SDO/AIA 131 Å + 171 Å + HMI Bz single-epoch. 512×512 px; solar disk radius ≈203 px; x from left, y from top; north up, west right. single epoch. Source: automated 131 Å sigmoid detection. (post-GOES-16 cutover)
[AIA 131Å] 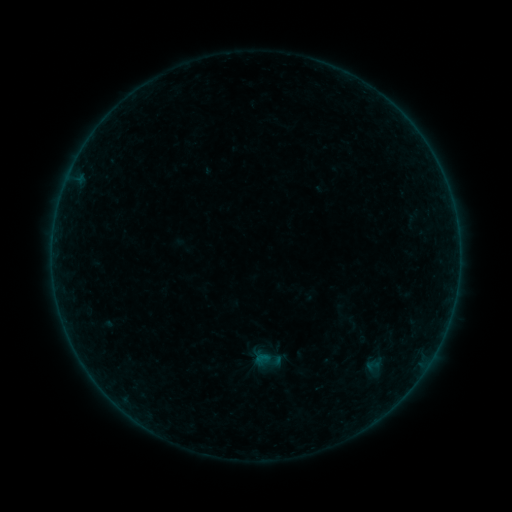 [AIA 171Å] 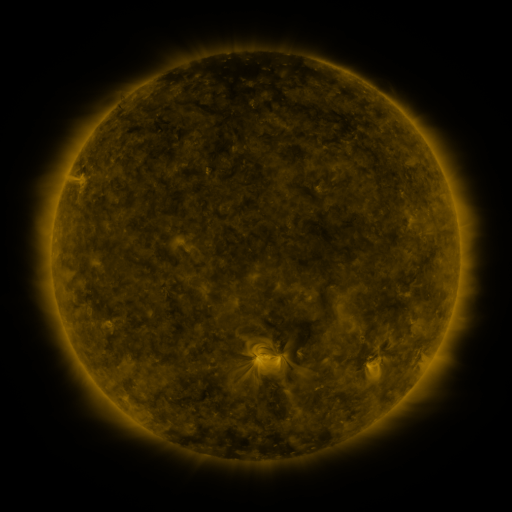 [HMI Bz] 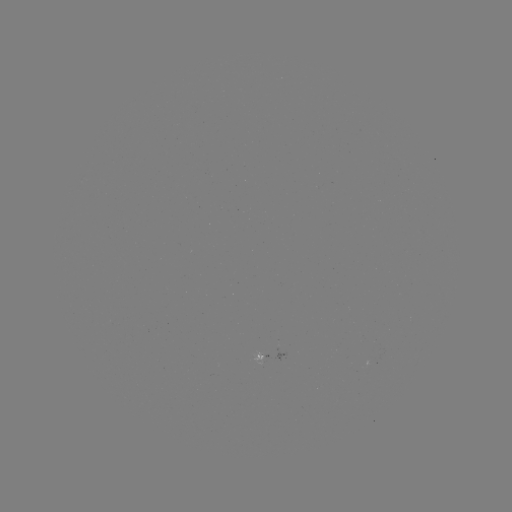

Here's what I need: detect sigmoid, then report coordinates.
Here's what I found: sigmoid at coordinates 372,365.